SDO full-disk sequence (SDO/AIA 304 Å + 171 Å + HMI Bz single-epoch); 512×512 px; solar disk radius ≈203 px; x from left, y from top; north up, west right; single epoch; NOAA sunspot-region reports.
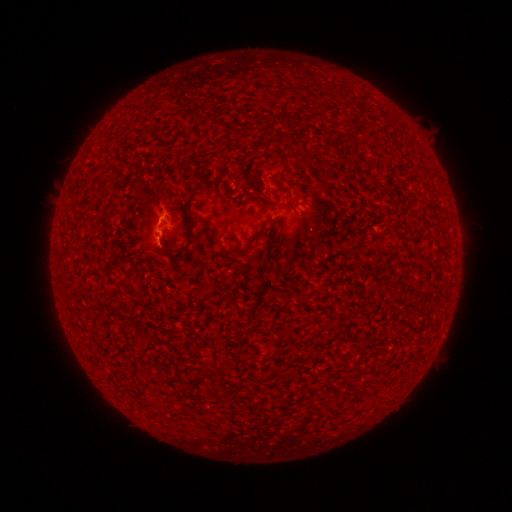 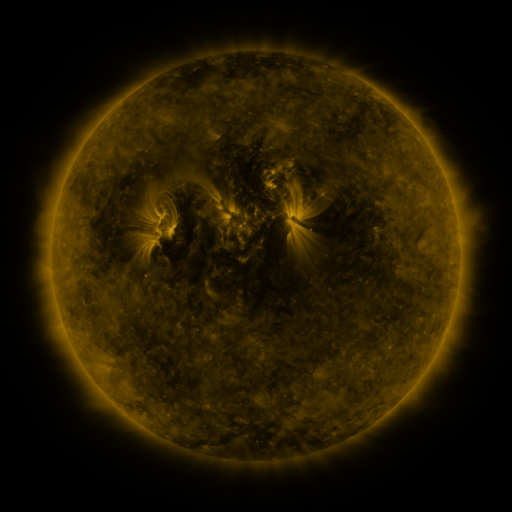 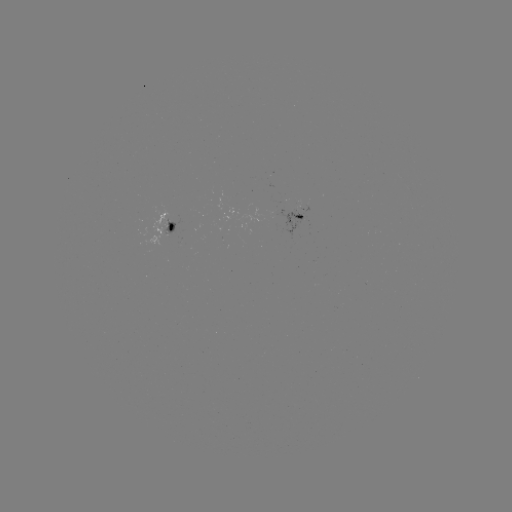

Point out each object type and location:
spotted active region: (301, 216)
spotted active region: (170, 224)
